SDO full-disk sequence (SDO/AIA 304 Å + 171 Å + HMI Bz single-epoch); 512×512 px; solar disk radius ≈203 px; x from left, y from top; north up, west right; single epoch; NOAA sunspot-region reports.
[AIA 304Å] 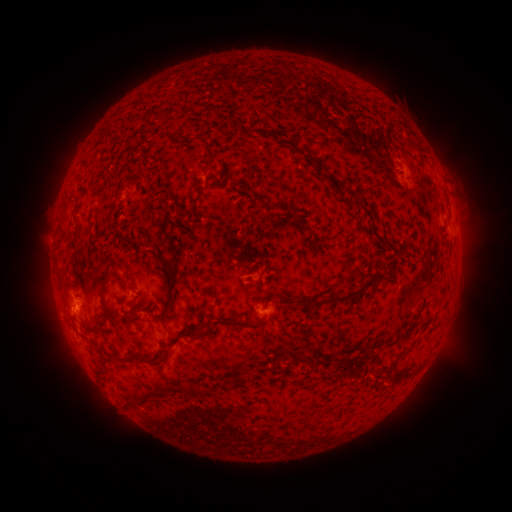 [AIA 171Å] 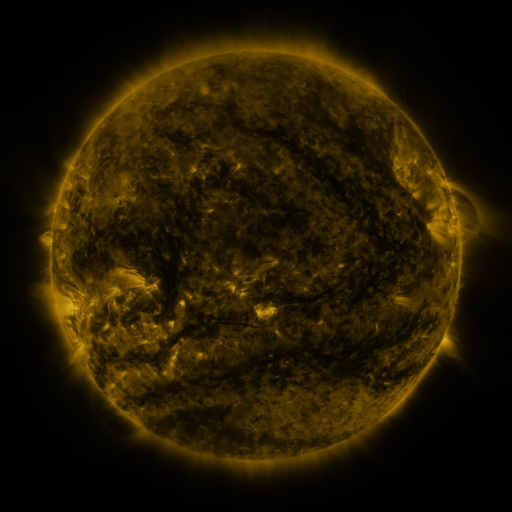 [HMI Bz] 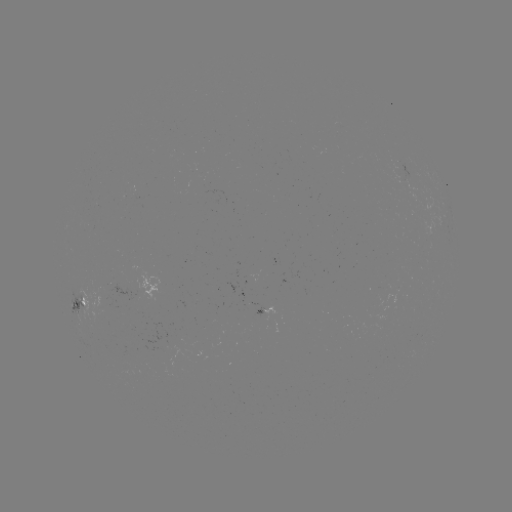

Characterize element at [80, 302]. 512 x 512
spotted active region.